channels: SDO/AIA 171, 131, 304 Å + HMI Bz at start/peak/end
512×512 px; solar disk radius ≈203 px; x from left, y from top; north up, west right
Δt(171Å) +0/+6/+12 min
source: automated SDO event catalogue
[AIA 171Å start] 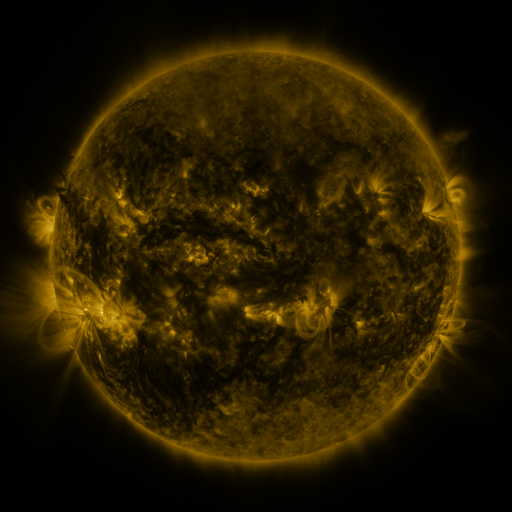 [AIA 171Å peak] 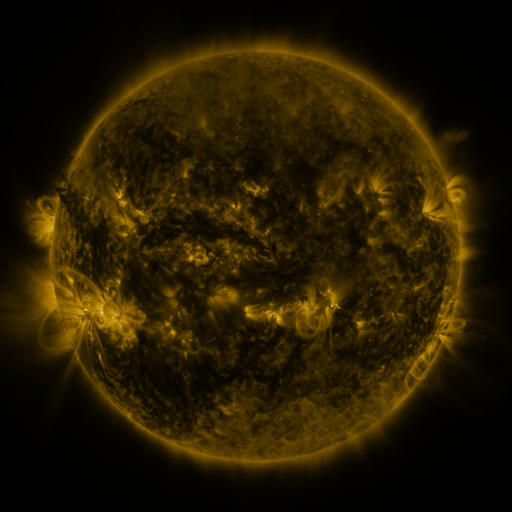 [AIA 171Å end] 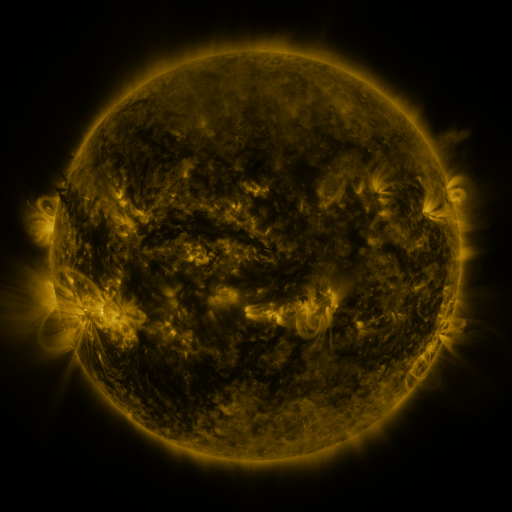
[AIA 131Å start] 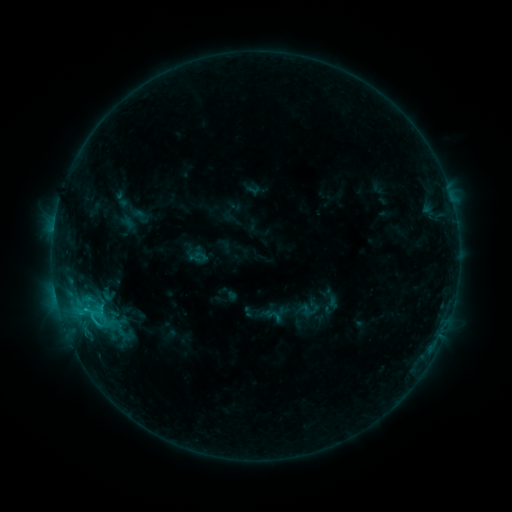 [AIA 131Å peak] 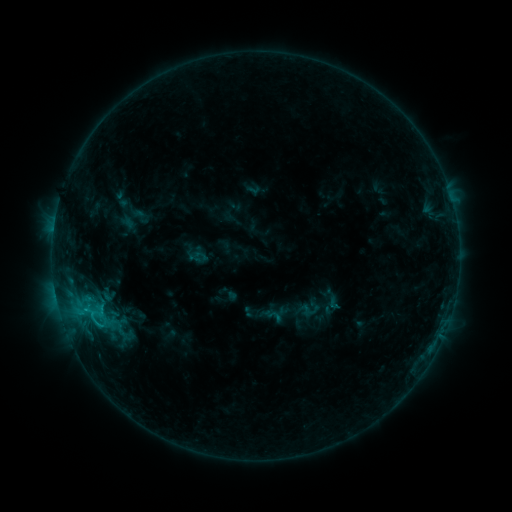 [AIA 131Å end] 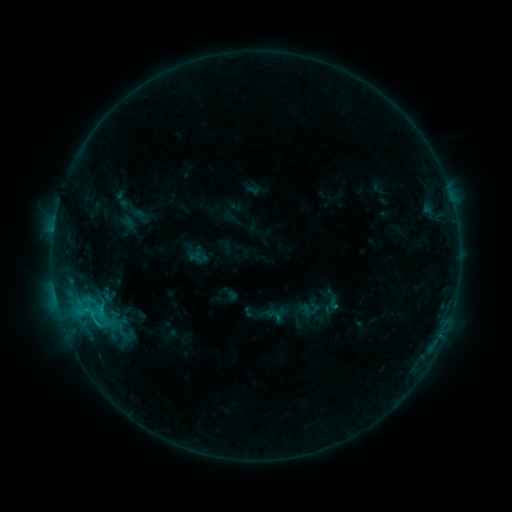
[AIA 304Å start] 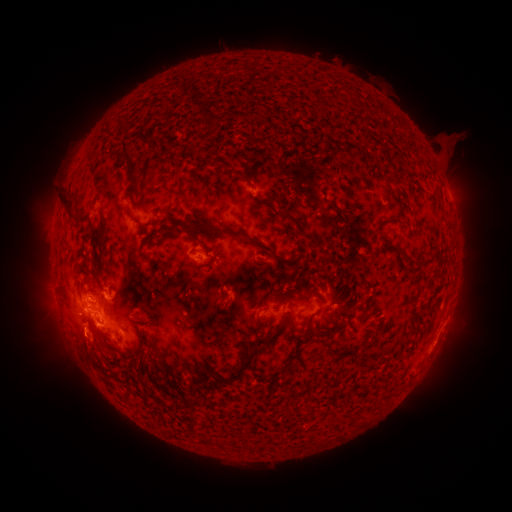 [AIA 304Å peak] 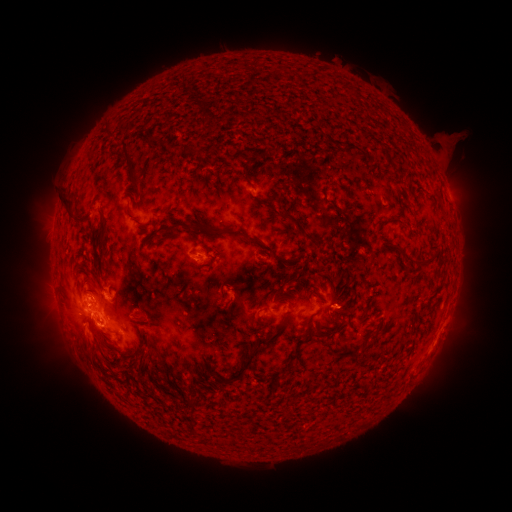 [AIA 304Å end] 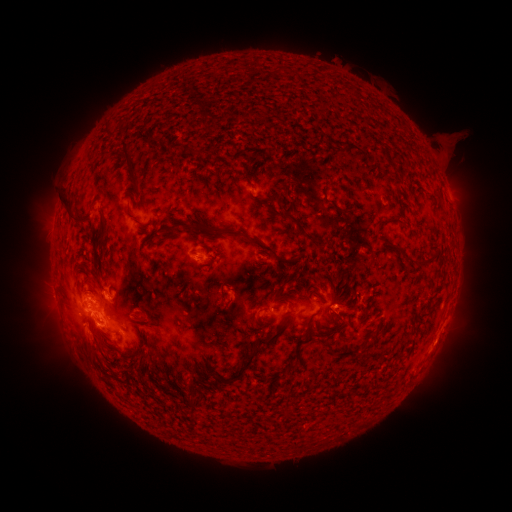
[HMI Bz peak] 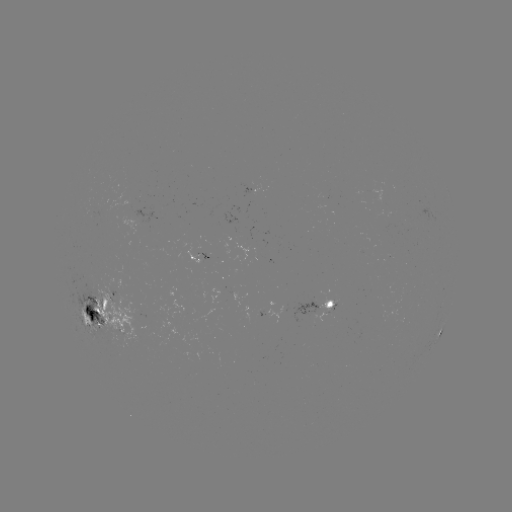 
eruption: [306, 288, 375, 340]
